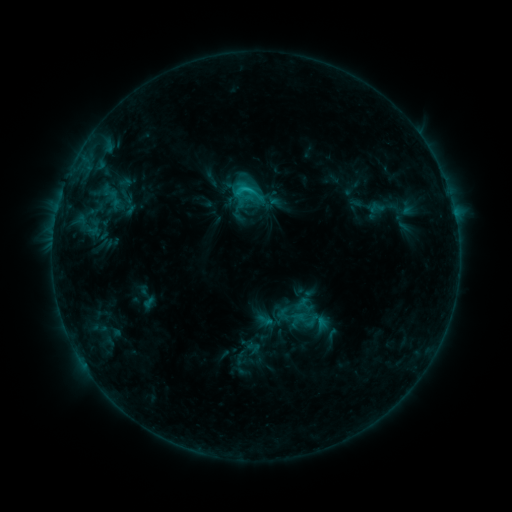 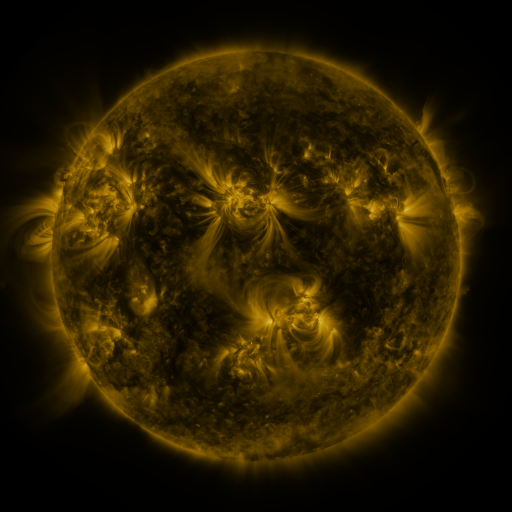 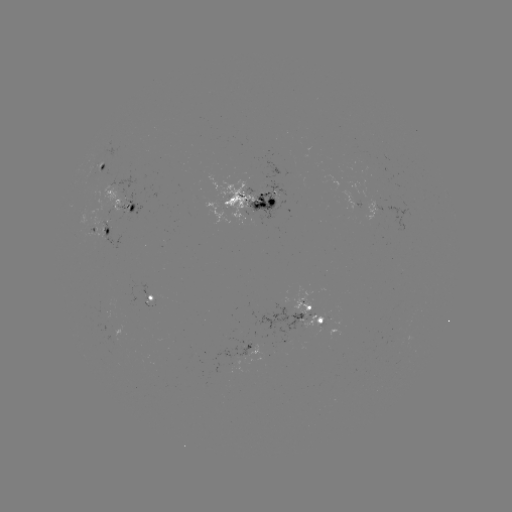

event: sigmoid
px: (245, 191)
